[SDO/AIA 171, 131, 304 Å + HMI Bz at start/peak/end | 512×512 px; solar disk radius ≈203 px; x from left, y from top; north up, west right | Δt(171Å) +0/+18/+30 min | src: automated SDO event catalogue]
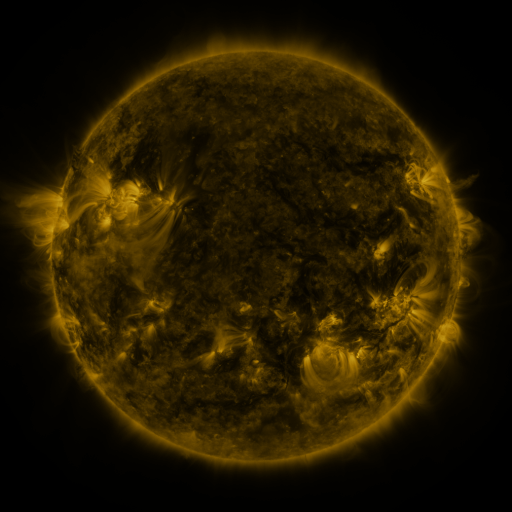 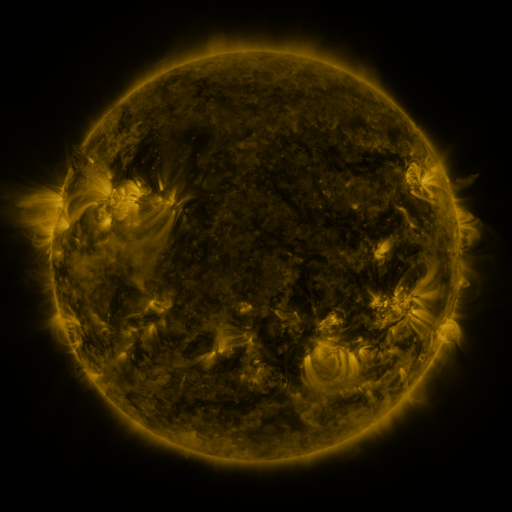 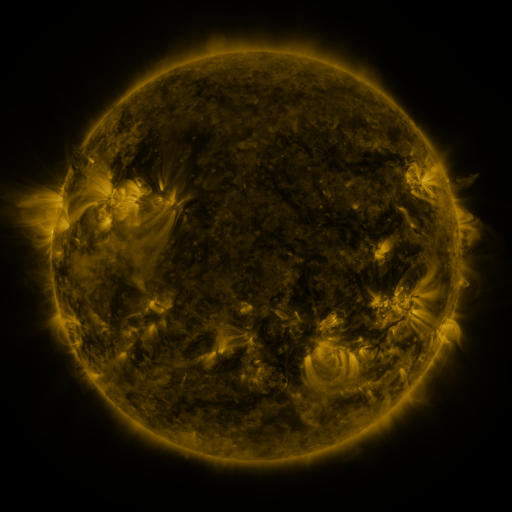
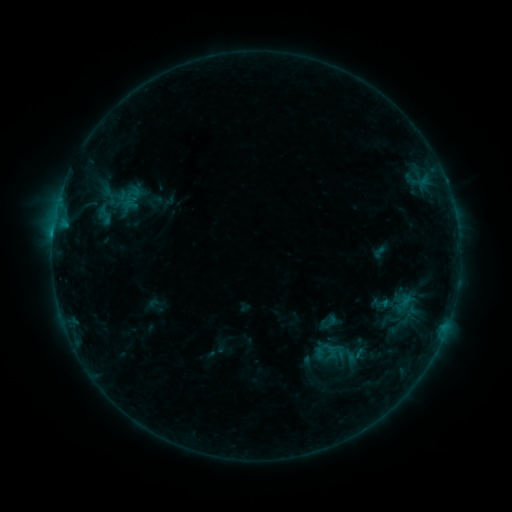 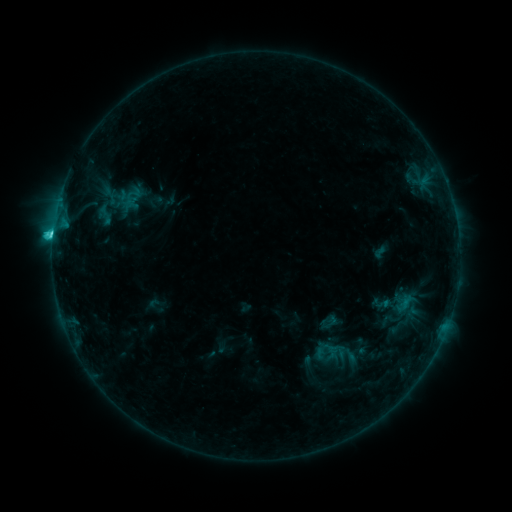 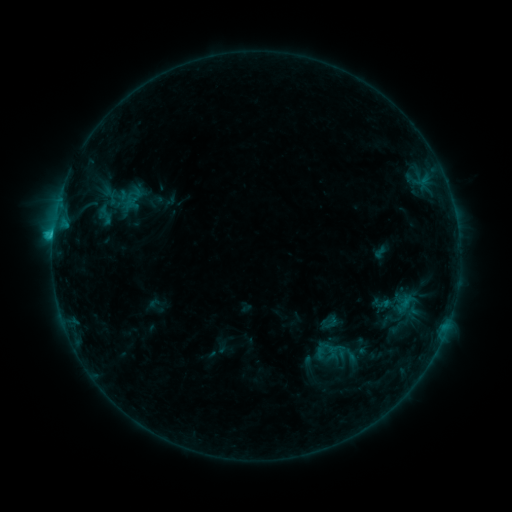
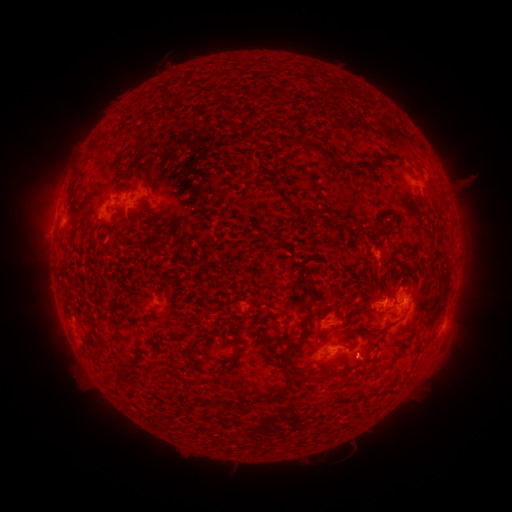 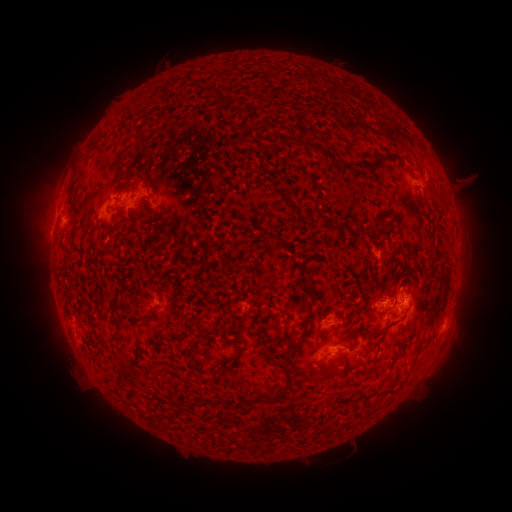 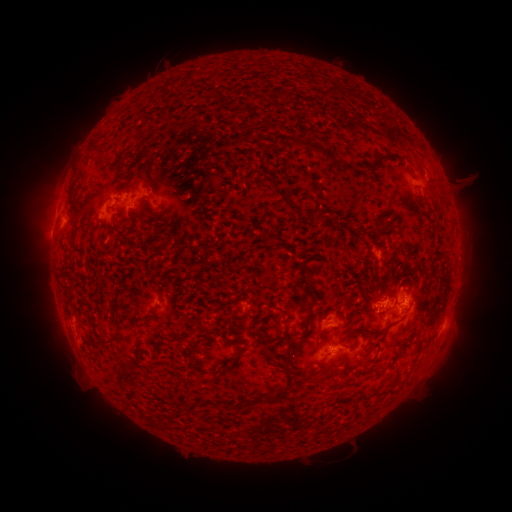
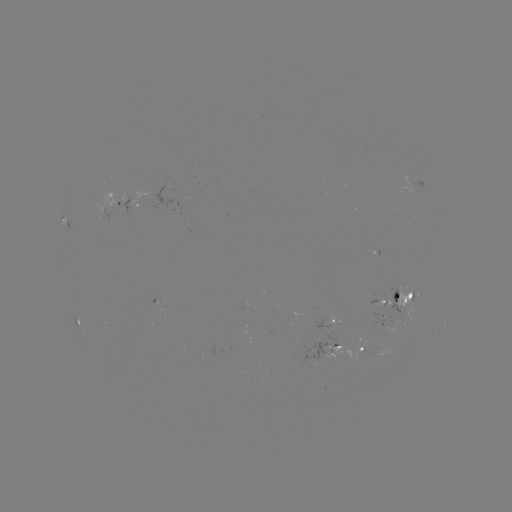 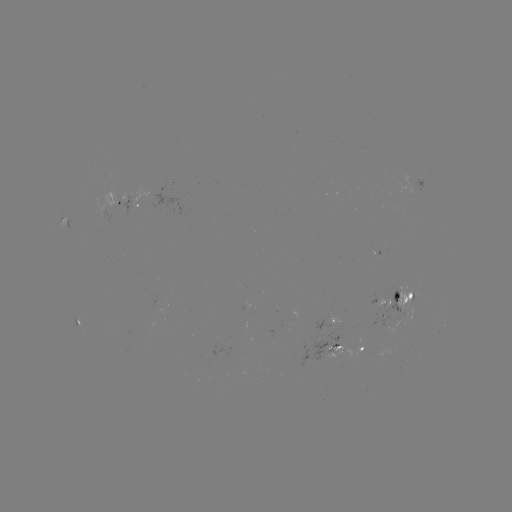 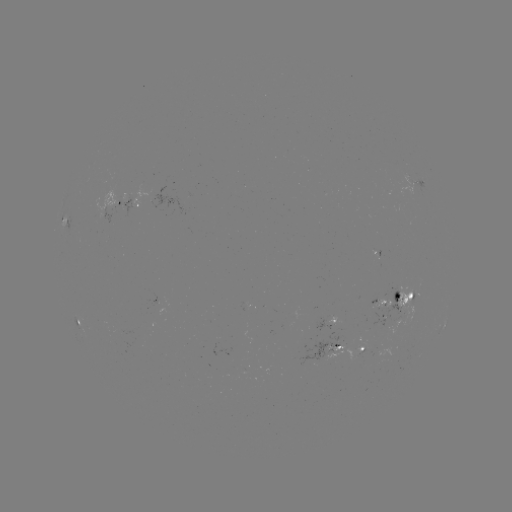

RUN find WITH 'C2.5 flare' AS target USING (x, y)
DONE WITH (53, 238) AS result